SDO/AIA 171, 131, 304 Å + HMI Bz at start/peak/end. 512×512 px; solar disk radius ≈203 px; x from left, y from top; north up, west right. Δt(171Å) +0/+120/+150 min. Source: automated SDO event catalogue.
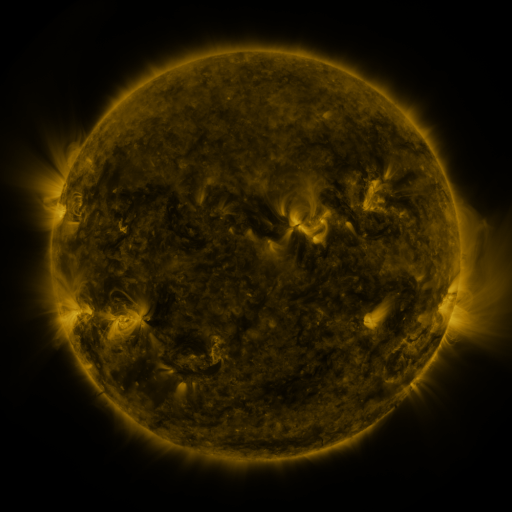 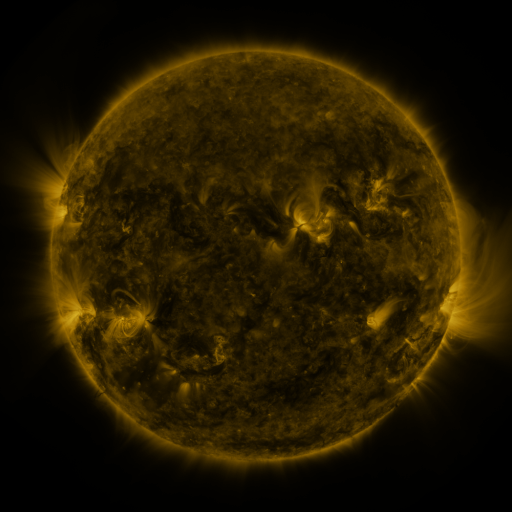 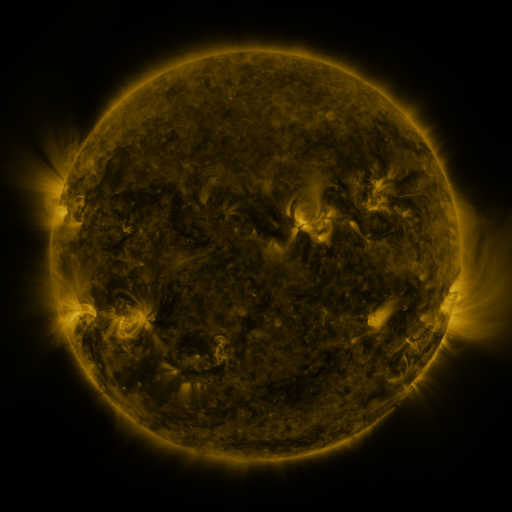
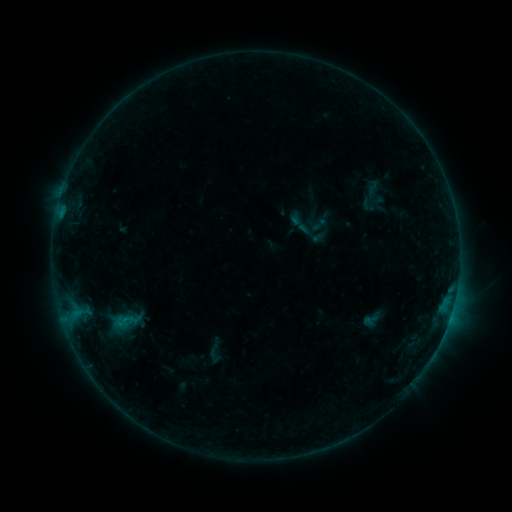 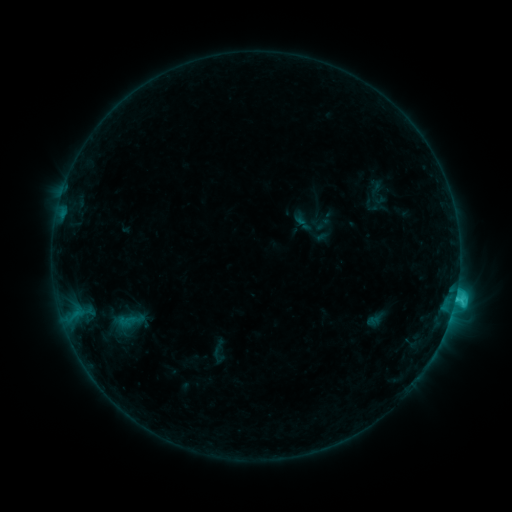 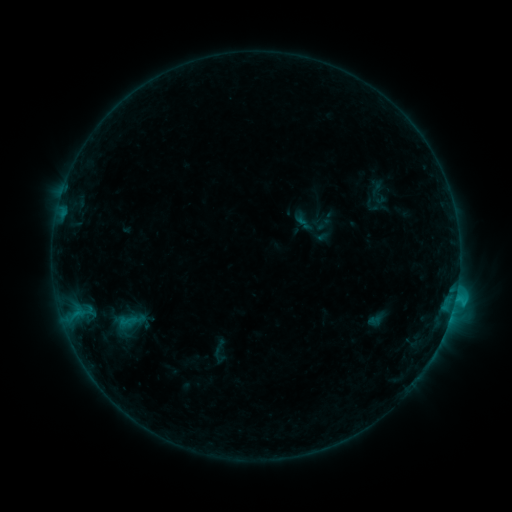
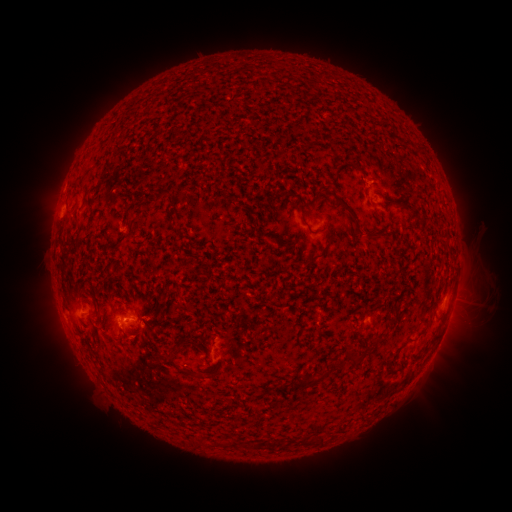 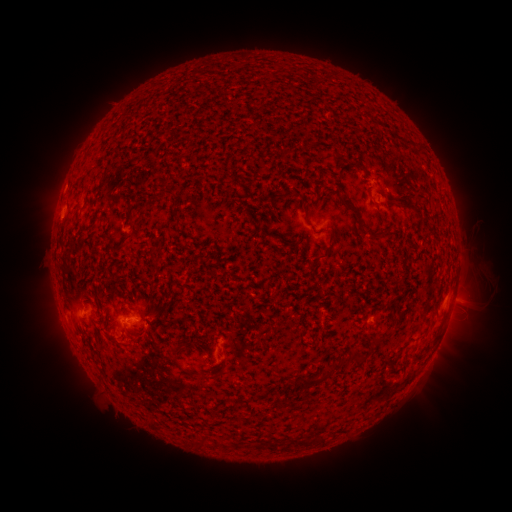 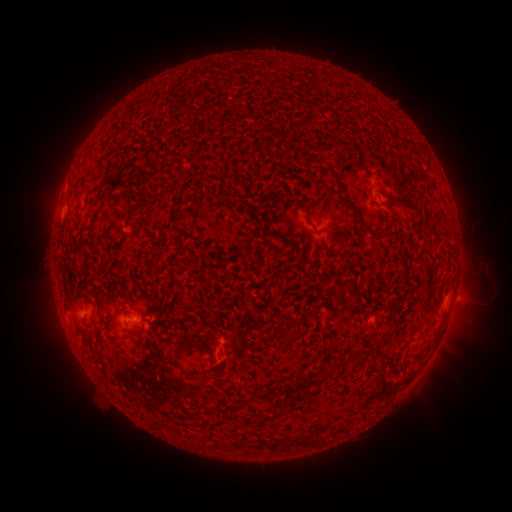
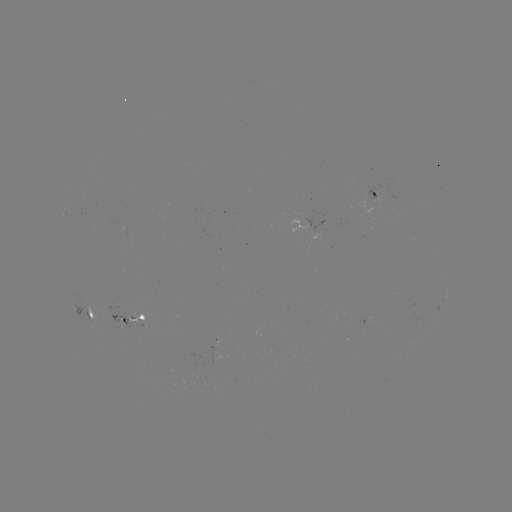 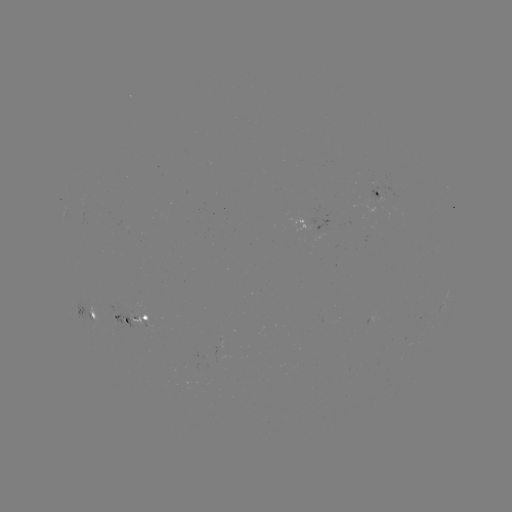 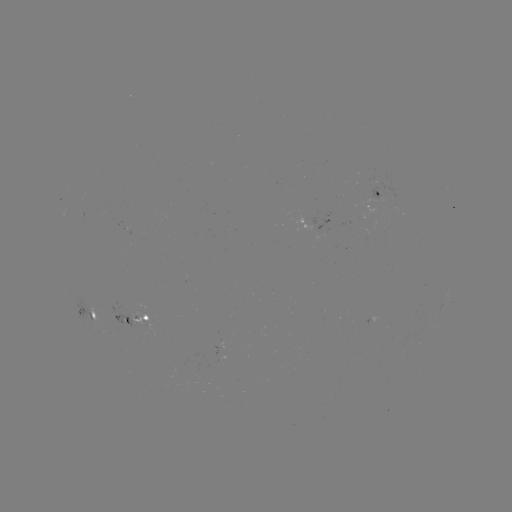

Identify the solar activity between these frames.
C2.6 flare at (454, 298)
